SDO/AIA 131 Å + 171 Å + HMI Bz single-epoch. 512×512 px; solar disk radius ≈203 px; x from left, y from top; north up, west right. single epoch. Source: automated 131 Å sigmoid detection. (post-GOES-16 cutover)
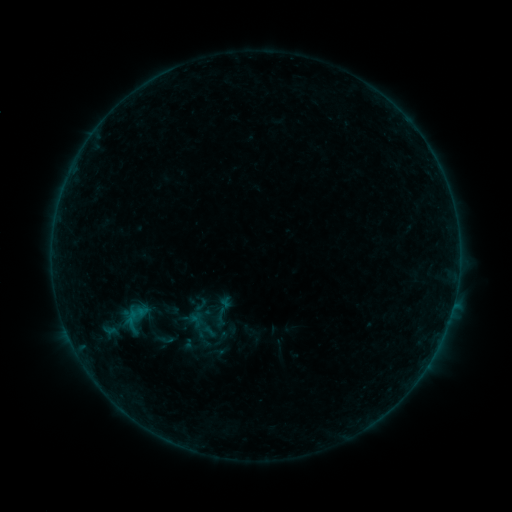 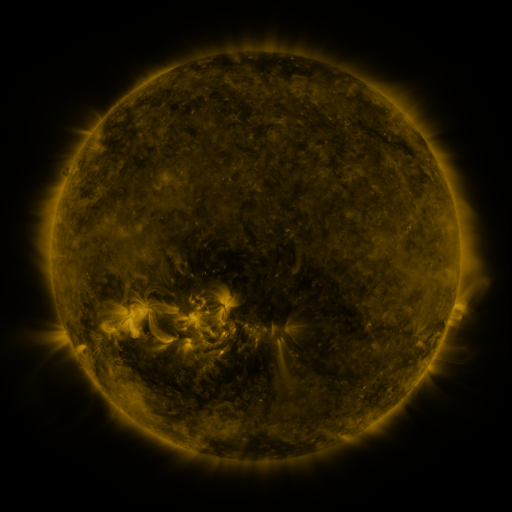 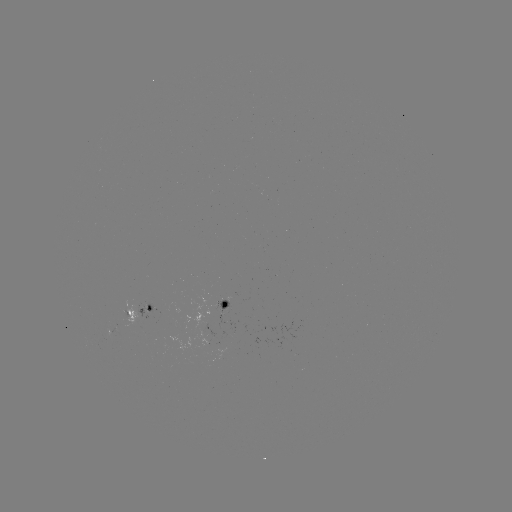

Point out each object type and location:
sigmoid: (223, 311)
sigmoid: (165, 339)
sigmoid: (221, 339)
